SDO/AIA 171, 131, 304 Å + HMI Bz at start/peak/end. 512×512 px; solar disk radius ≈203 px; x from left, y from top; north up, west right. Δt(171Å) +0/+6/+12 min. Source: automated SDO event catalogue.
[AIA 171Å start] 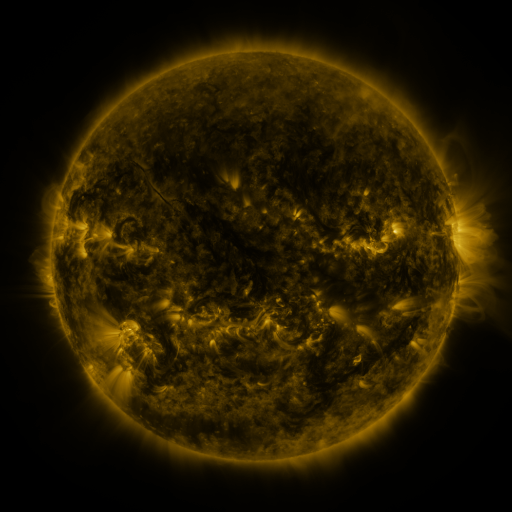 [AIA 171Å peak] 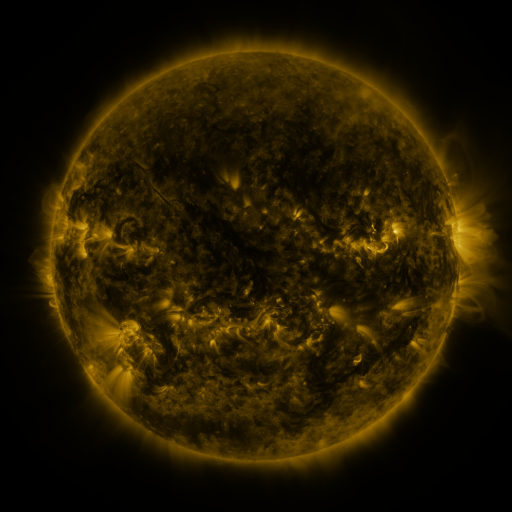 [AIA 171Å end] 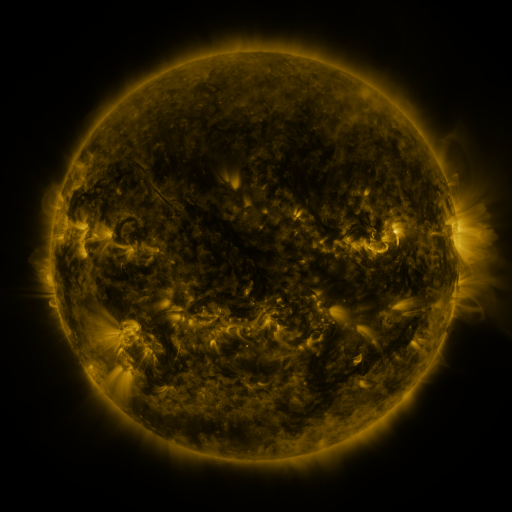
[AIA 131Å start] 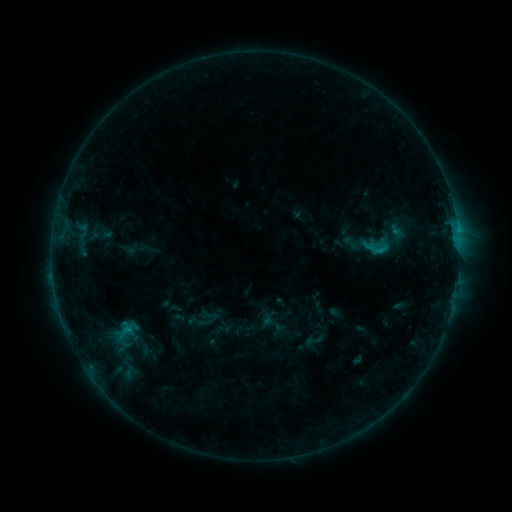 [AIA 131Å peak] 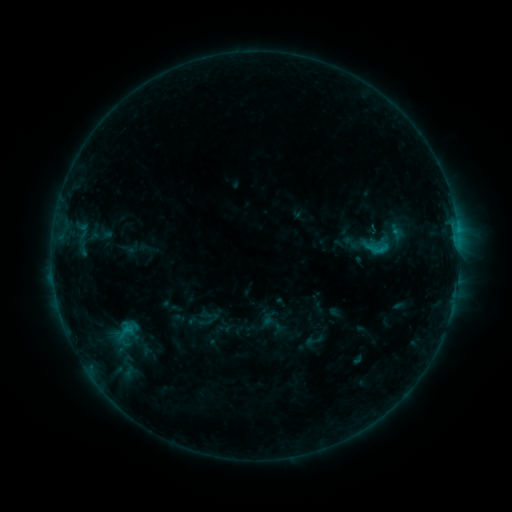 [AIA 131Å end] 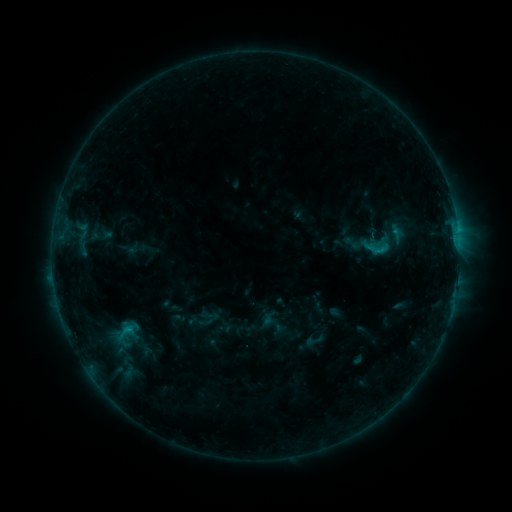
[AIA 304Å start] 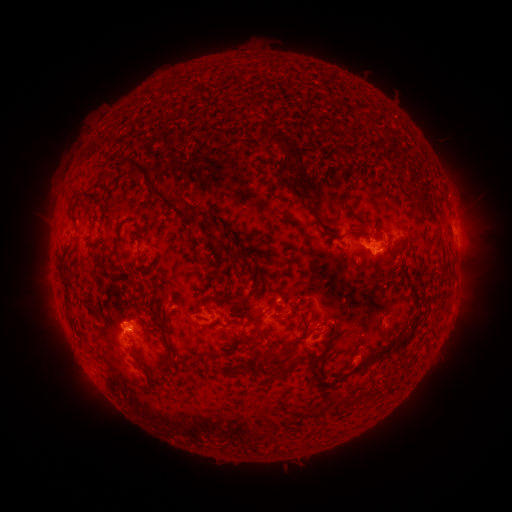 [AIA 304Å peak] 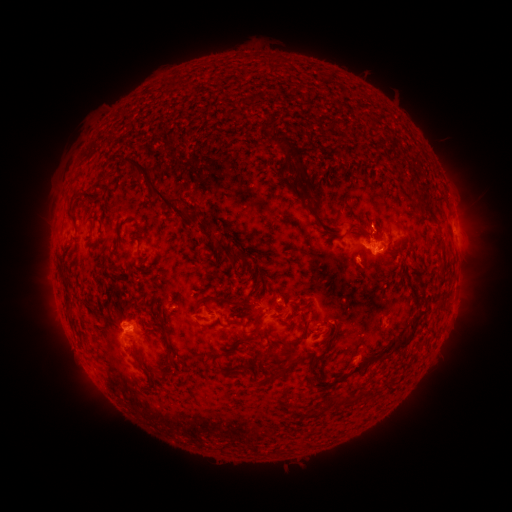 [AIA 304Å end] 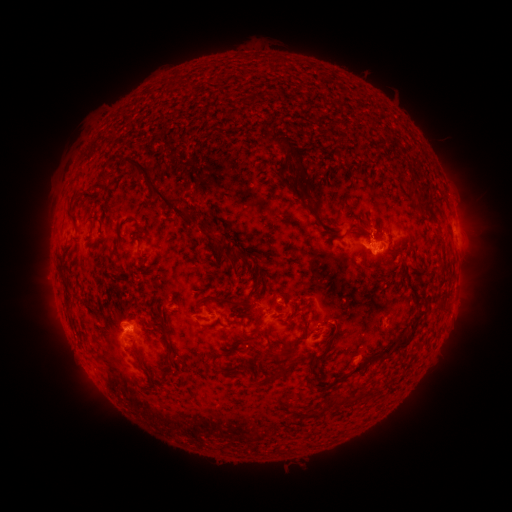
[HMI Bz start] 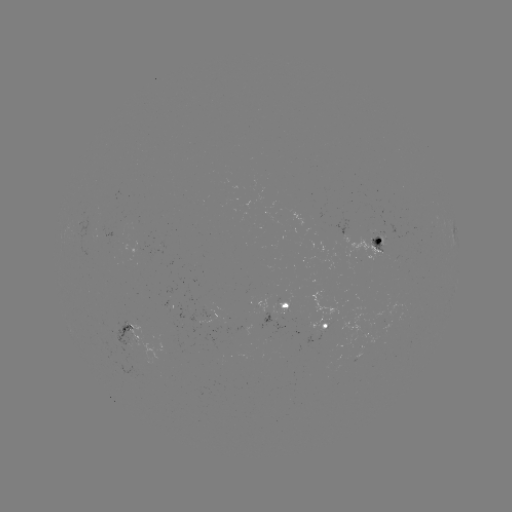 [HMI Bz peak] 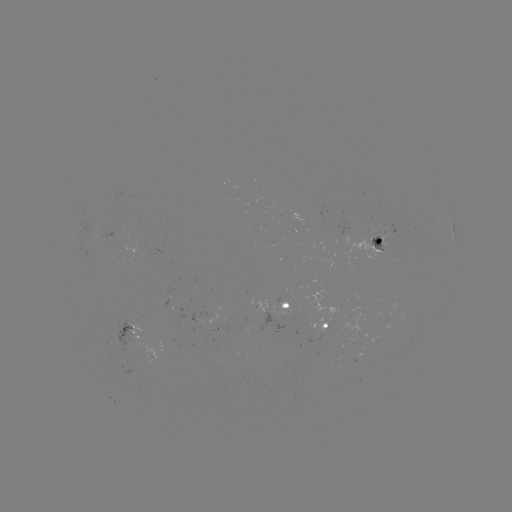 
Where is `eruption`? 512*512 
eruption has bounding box [347, 194, 396, 243].